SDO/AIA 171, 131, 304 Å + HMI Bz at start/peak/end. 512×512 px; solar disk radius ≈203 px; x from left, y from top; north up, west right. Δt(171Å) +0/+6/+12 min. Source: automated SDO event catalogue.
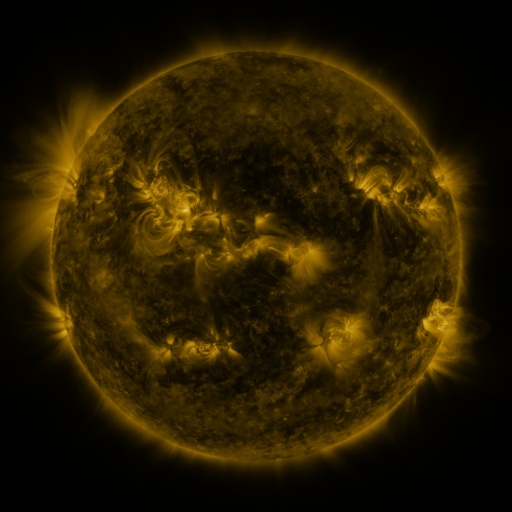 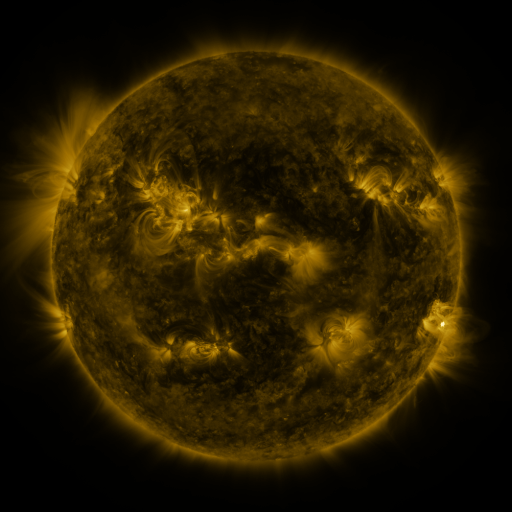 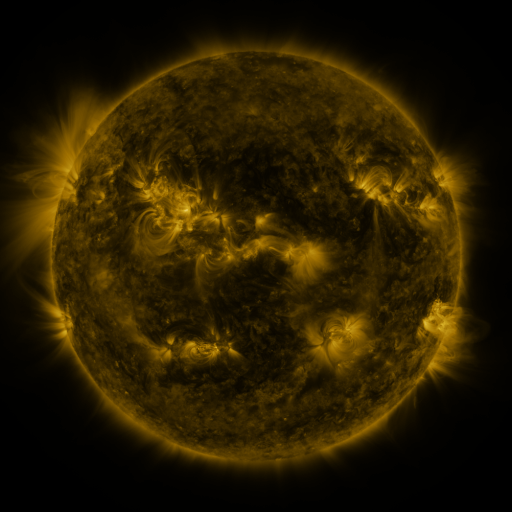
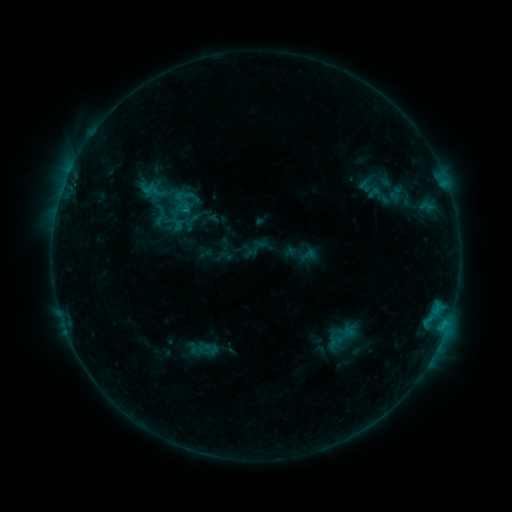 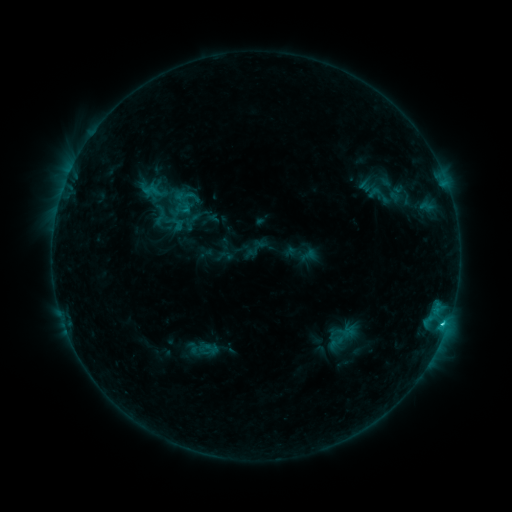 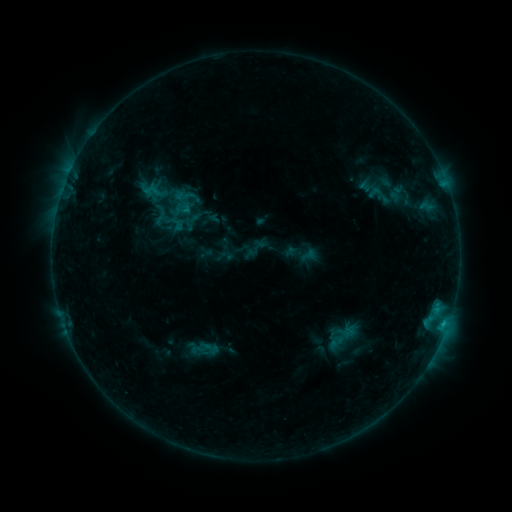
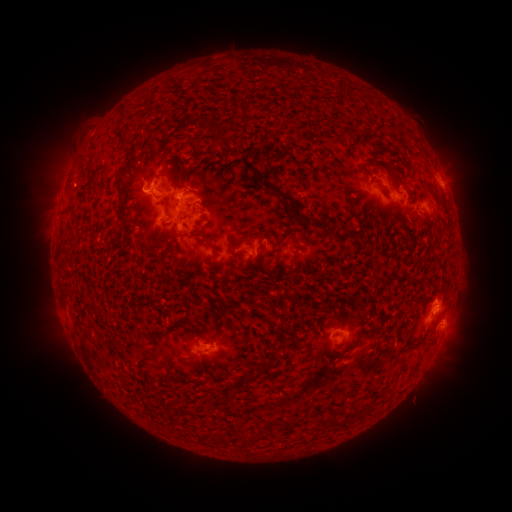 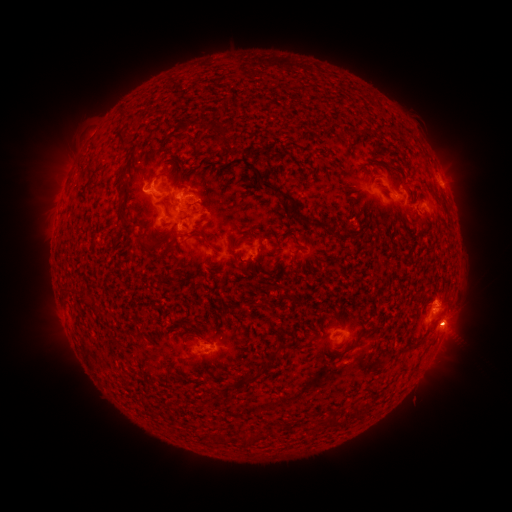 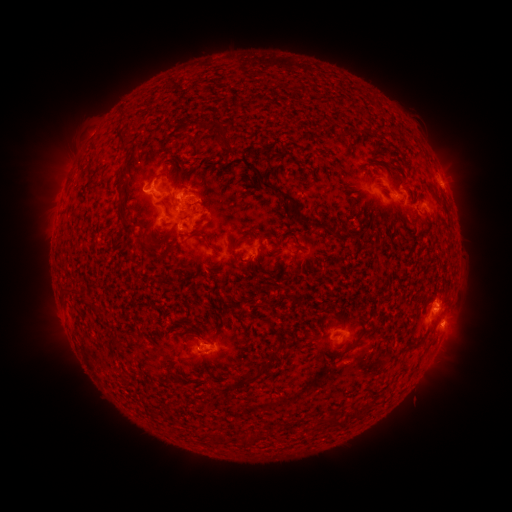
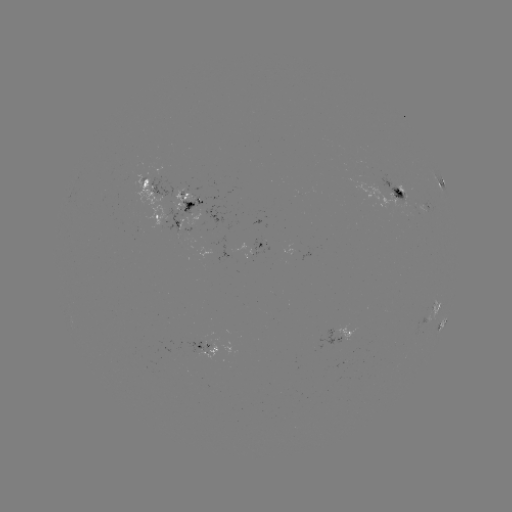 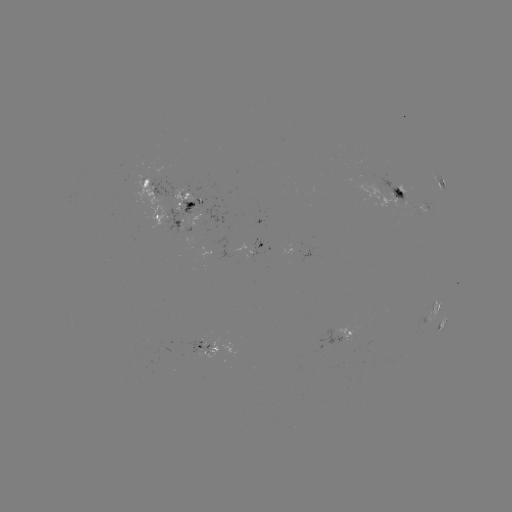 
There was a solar flare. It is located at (442, 321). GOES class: C1.5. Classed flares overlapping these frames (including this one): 1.